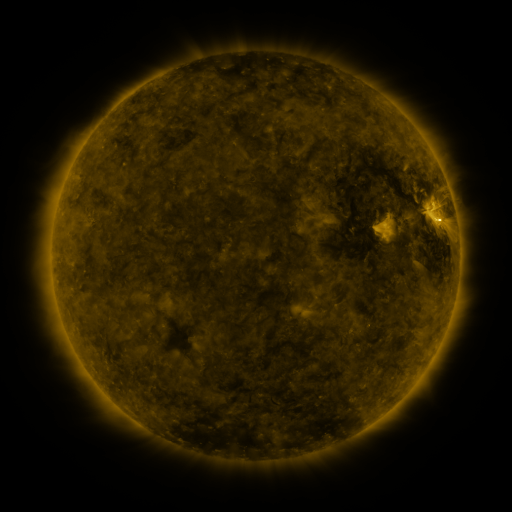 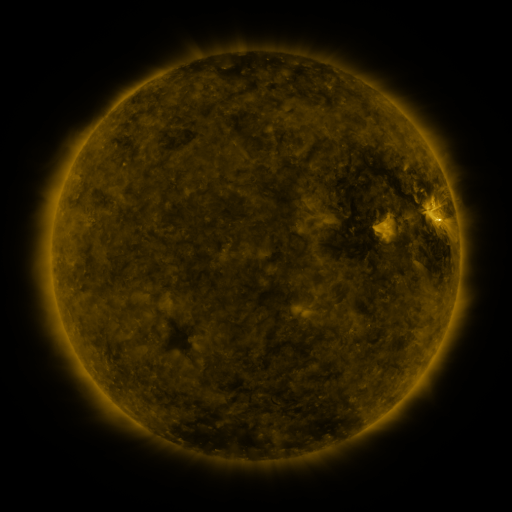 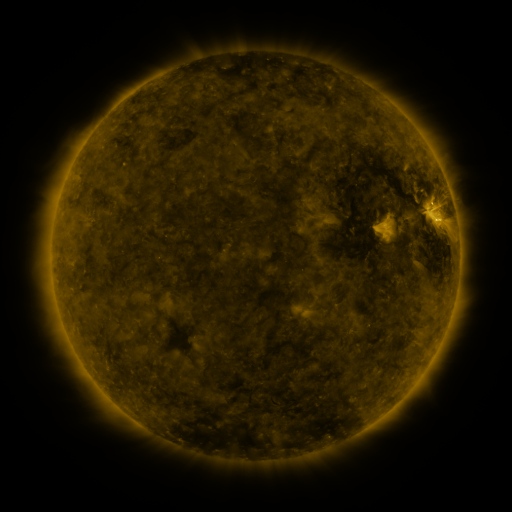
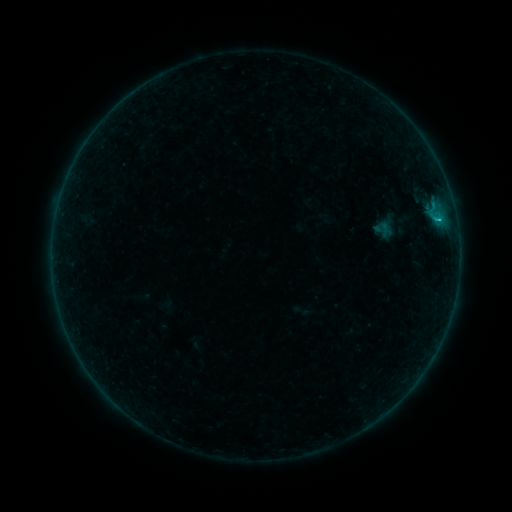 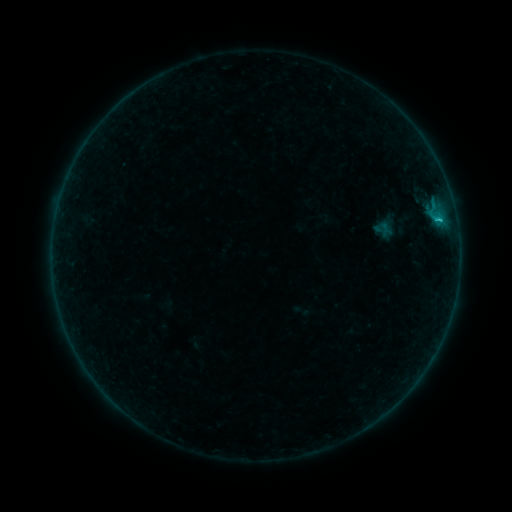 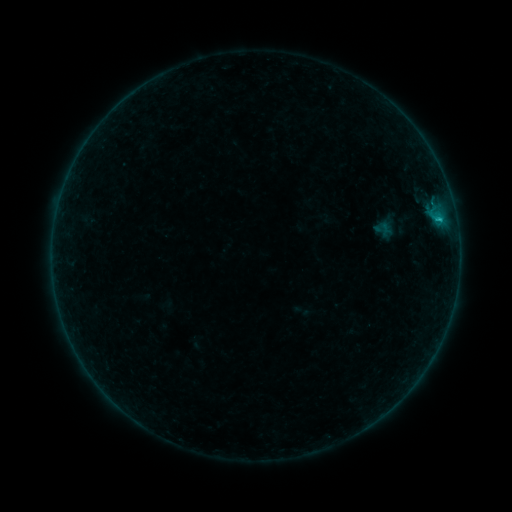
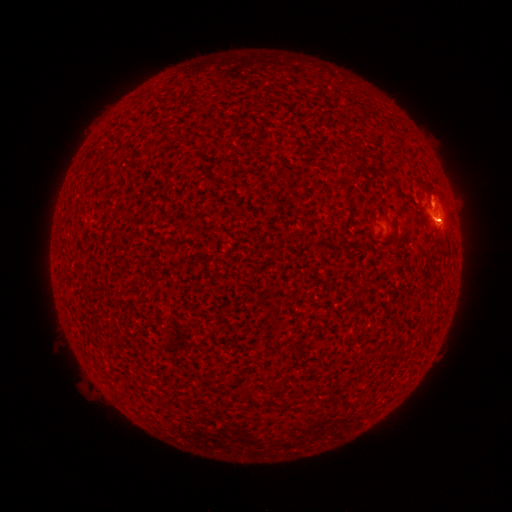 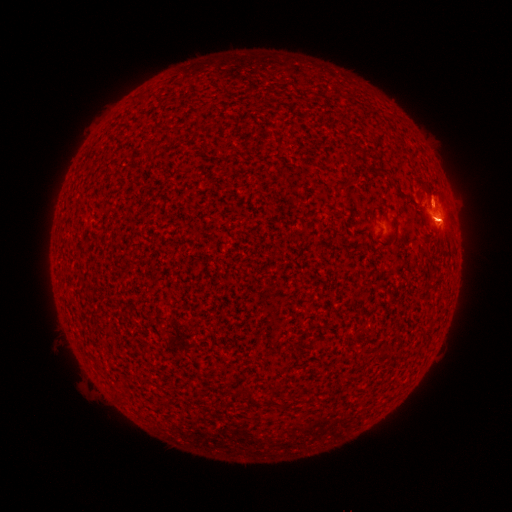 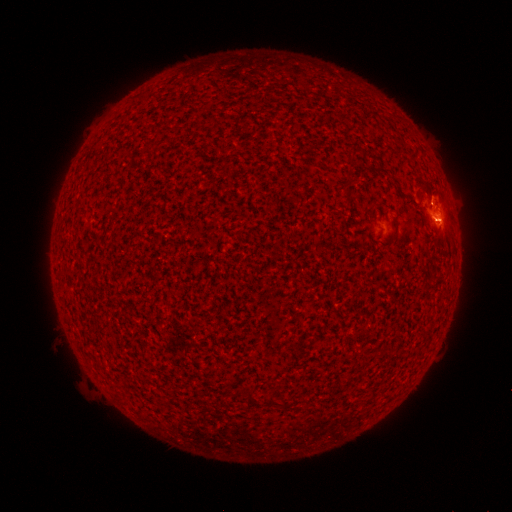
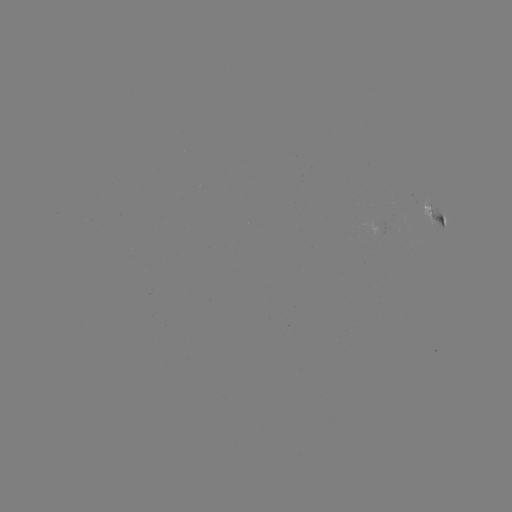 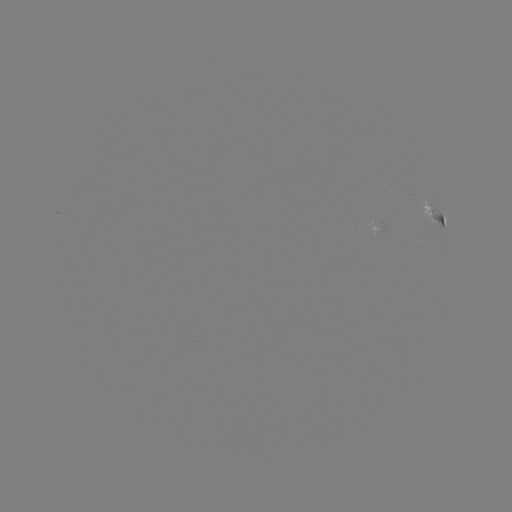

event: flare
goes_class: B5.0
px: (434, 219)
